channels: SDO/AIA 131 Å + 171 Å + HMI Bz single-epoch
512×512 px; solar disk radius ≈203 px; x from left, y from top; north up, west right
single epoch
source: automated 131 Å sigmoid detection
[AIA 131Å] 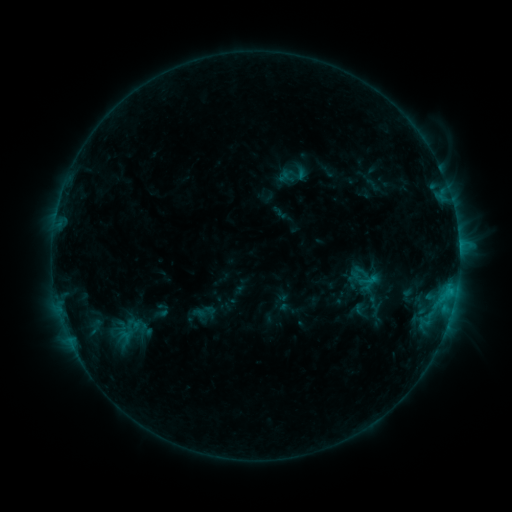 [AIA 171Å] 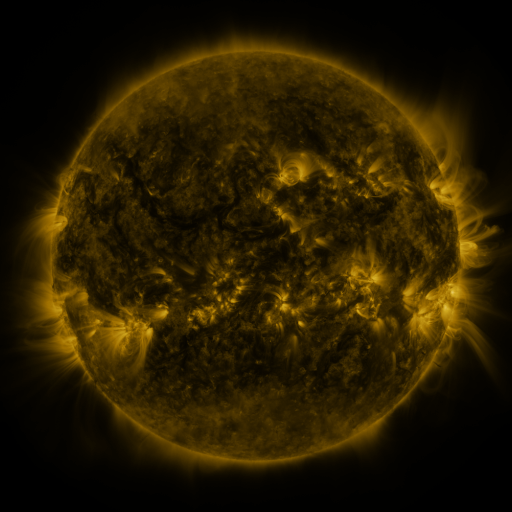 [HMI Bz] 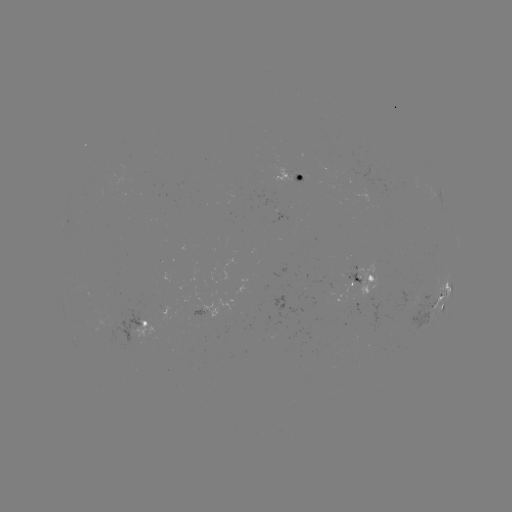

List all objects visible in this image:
sigmoid: <bbox>359, 269, 378, 291</bbox>
sigmoid: <bbox>102, 315, 156, 349</bbox>
